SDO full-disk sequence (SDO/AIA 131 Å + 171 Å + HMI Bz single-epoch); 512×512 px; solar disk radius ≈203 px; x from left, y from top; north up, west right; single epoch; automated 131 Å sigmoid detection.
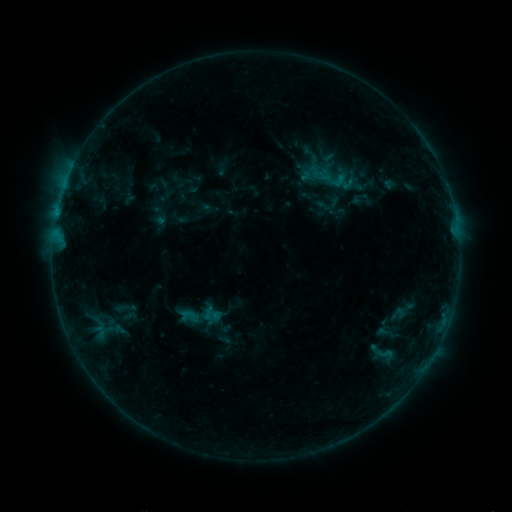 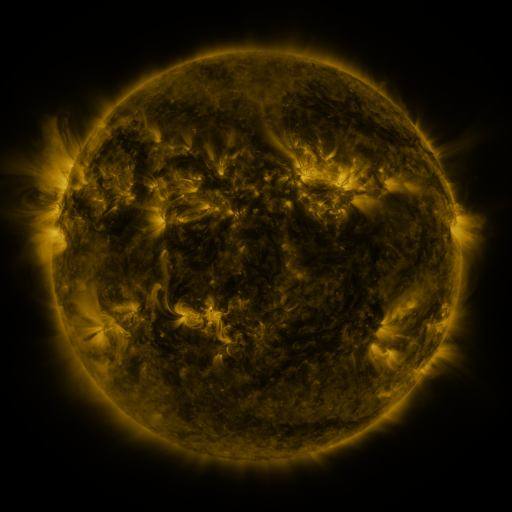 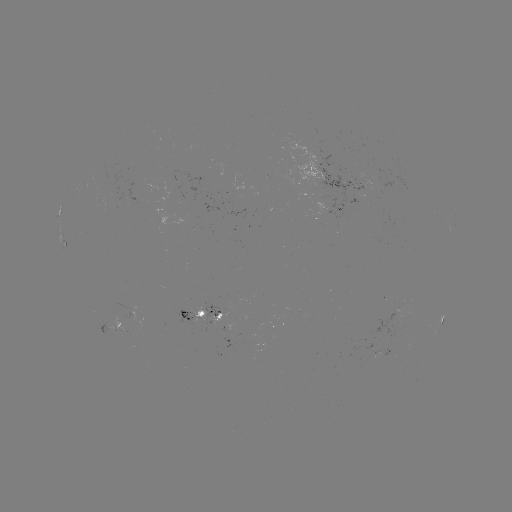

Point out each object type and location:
sigmoid: [308, 165, 335, 186]
sigmoid: [376, 345, 393, 362]
